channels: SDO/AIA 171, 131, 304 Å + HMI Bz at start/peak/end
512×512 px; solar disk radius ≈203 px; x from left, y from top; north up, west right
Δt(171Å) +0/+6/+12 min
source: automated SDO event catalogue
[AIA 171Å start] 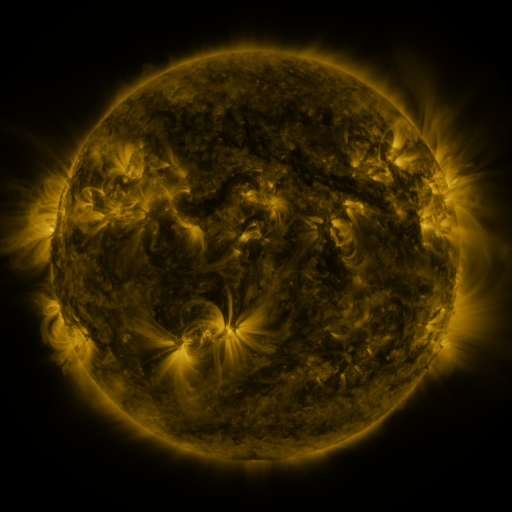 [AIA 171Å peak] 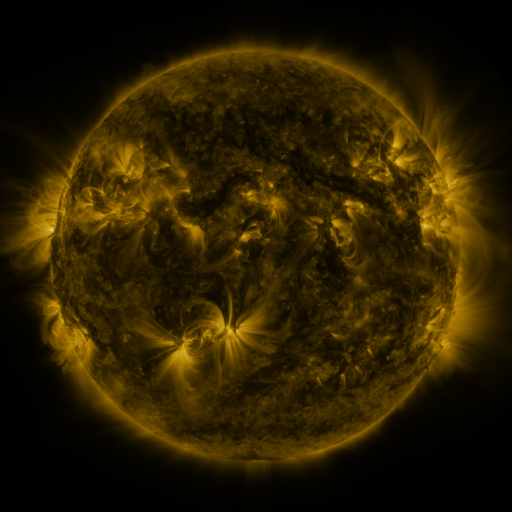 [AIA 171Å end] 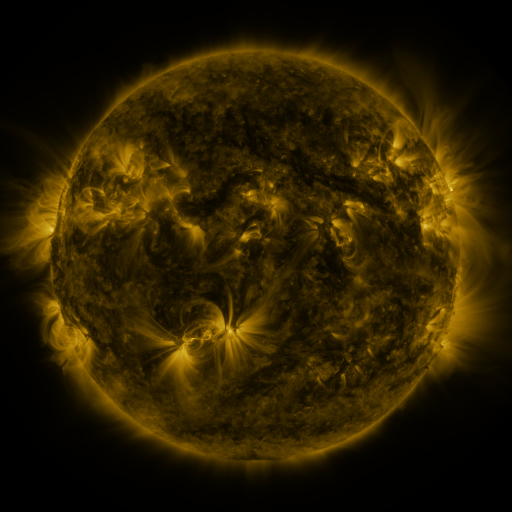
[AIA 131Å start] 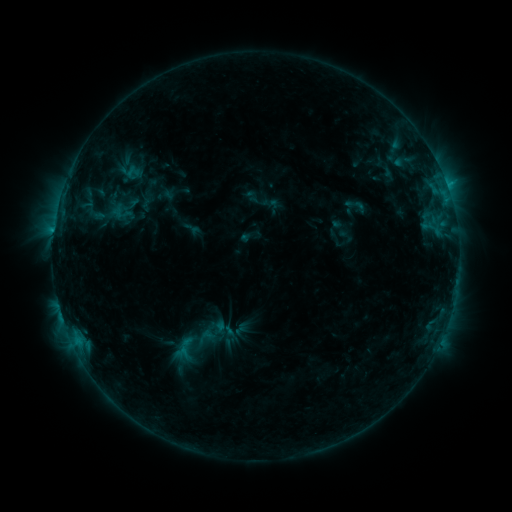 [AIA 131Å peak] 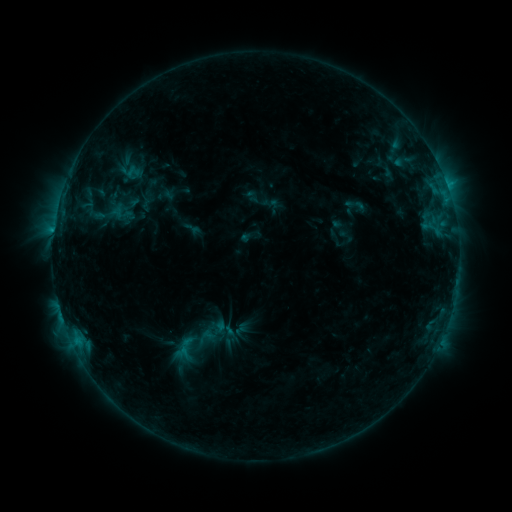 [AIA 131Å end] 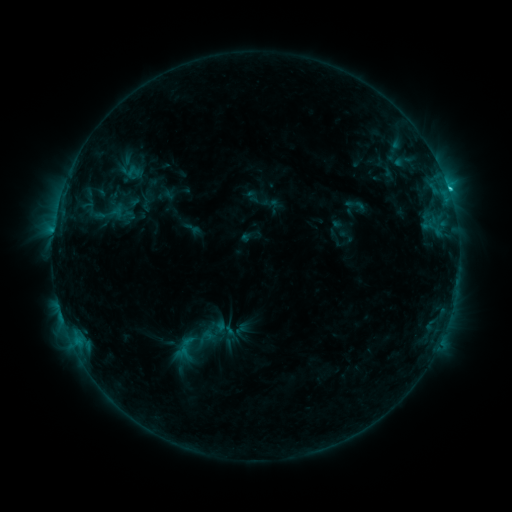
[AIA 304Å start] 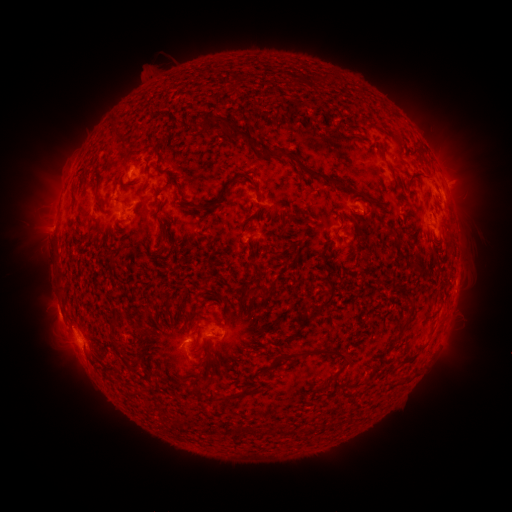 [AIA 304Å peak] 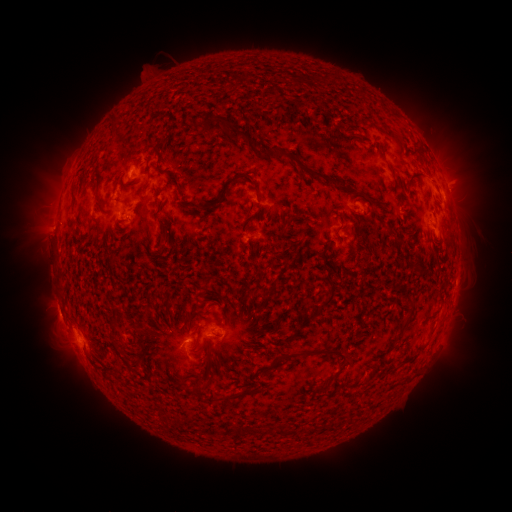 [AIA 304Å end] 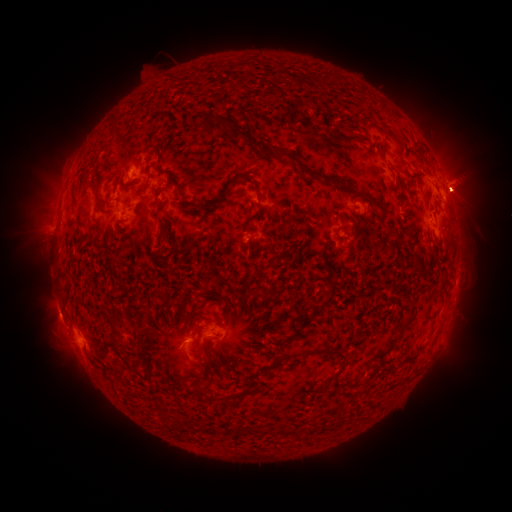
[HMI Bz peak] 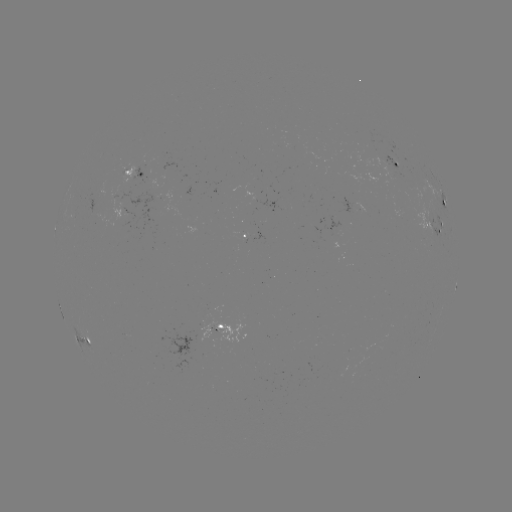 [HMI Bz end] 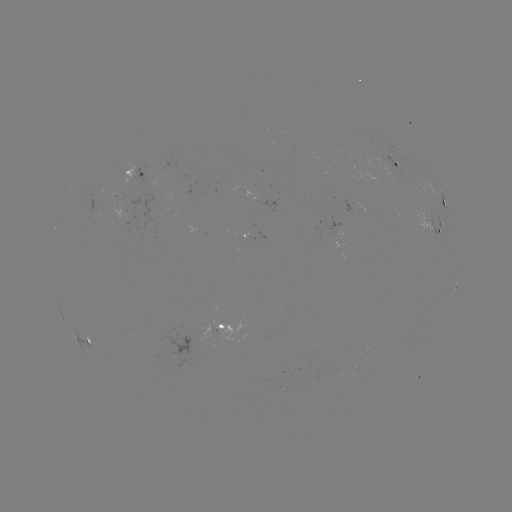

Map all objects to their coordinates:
eruption: (87, 173)
